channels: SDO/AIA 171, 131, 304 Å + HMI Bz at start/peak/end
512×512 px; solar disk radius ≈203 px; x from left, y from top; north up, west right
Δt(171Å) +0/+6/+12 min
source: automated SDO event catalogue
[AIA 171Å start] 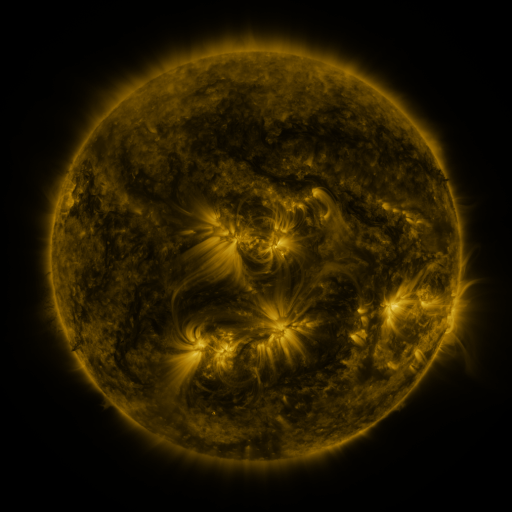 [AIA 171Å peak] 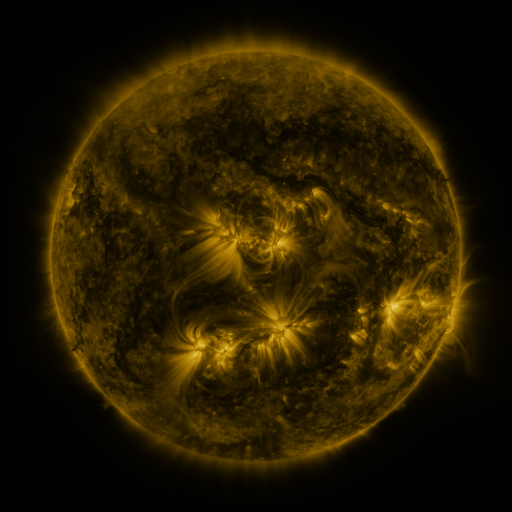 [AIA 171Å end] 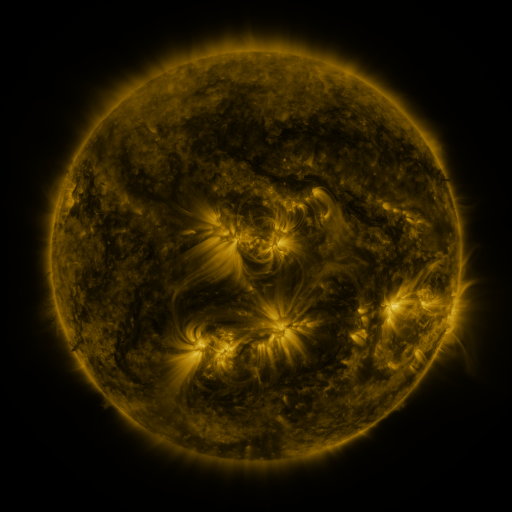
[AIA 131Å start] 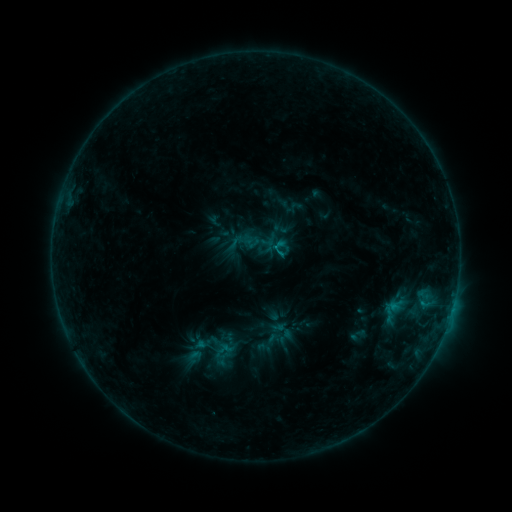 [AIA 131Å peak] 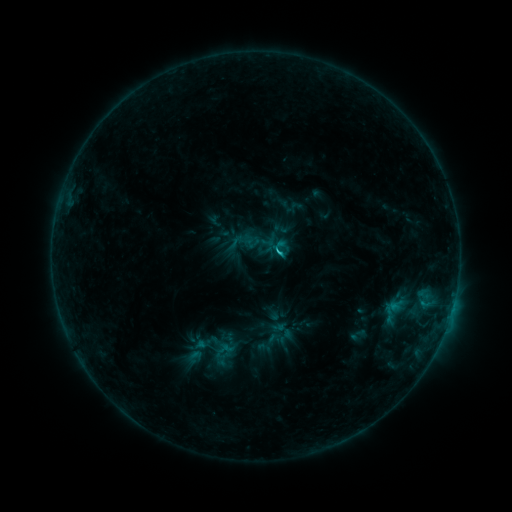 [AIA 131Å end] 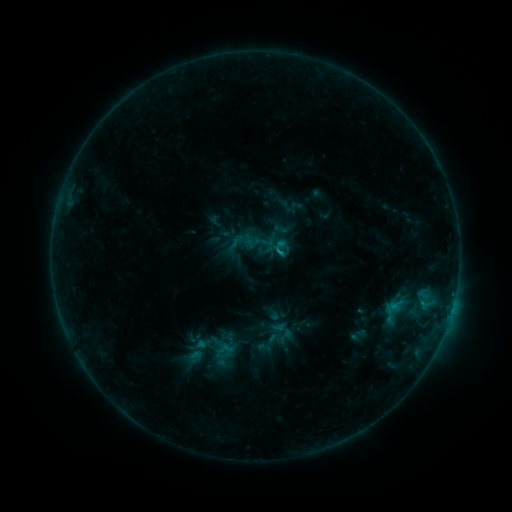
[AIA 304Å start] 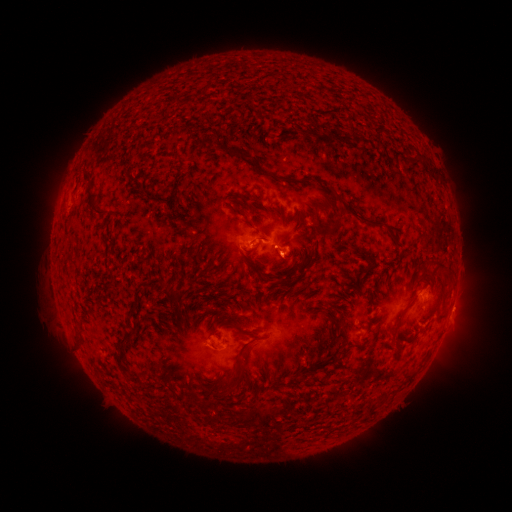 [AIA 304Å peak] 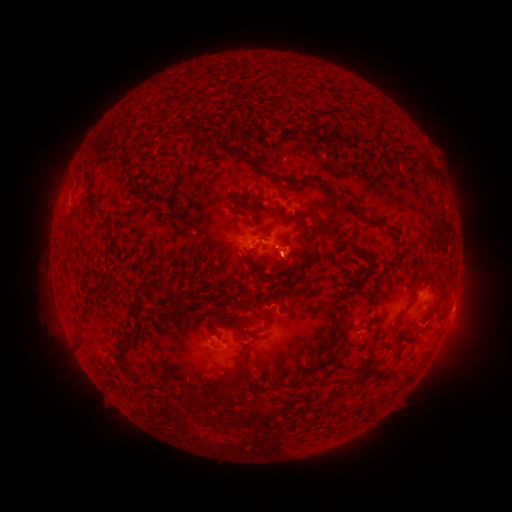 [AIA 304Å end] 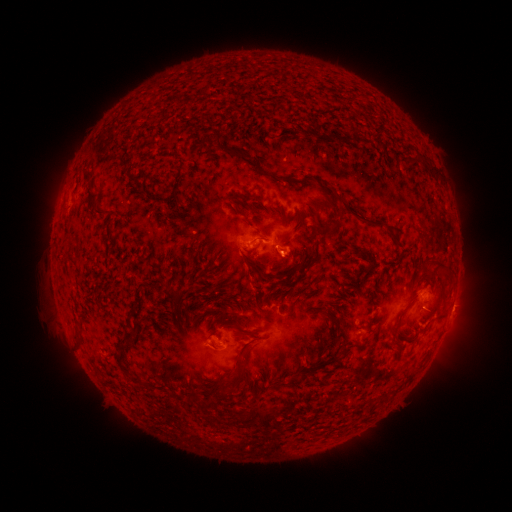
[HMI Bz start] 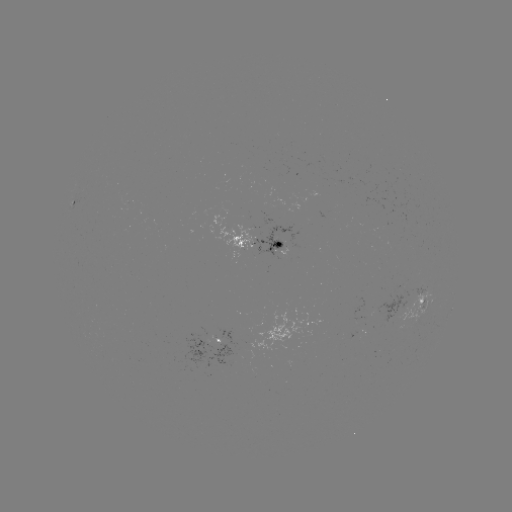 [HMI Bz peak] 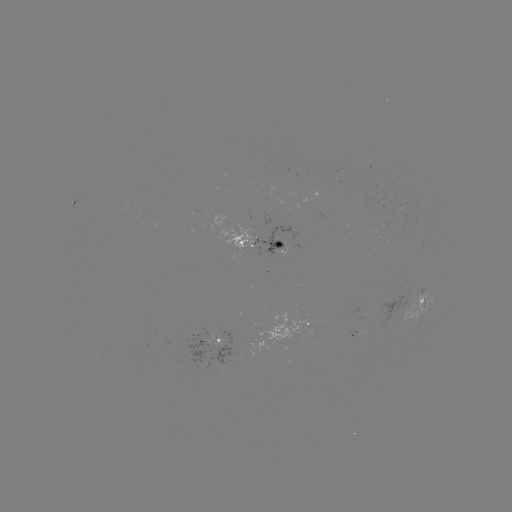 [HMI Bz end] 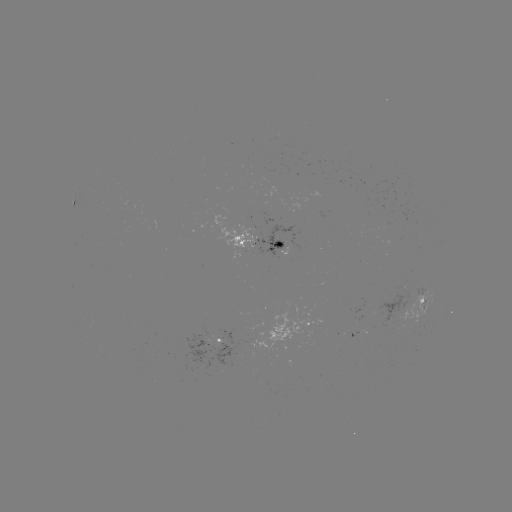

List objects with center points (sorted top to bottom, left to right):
B9.0 flare: (277, 253)
